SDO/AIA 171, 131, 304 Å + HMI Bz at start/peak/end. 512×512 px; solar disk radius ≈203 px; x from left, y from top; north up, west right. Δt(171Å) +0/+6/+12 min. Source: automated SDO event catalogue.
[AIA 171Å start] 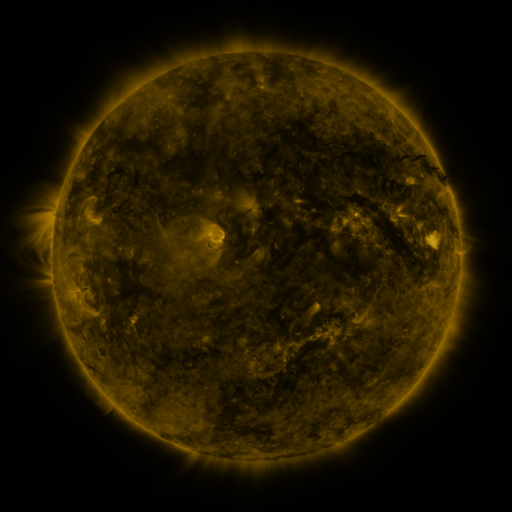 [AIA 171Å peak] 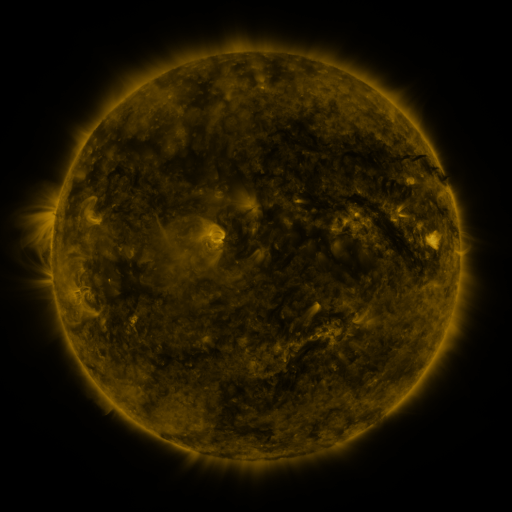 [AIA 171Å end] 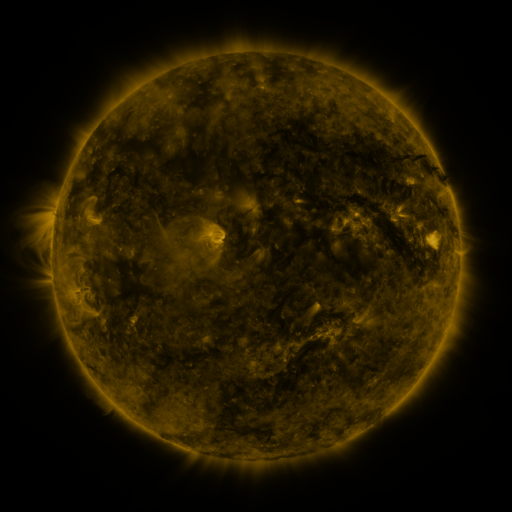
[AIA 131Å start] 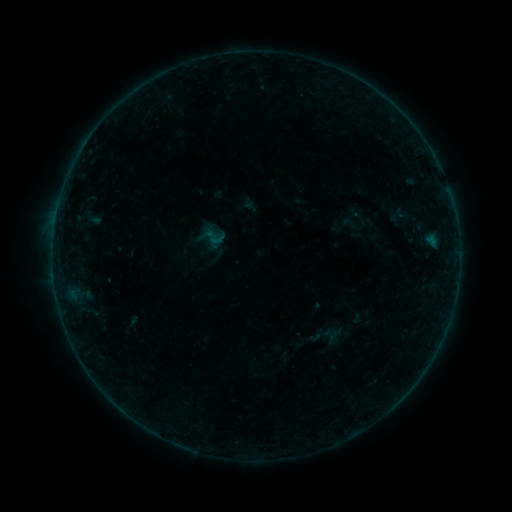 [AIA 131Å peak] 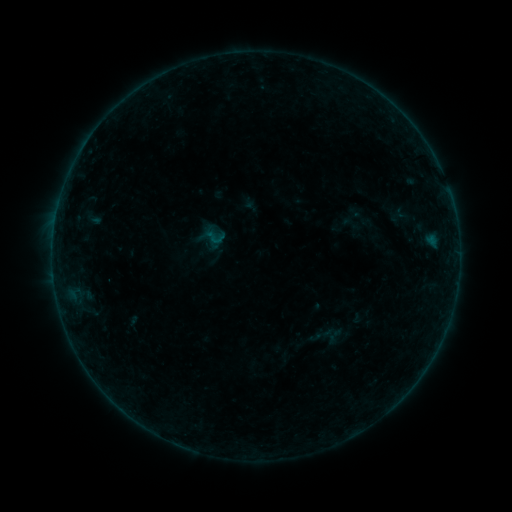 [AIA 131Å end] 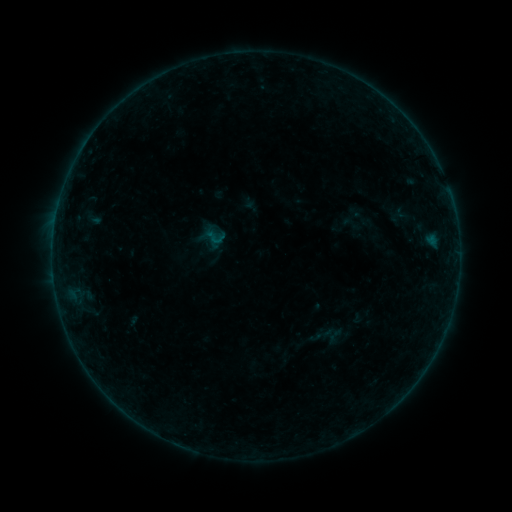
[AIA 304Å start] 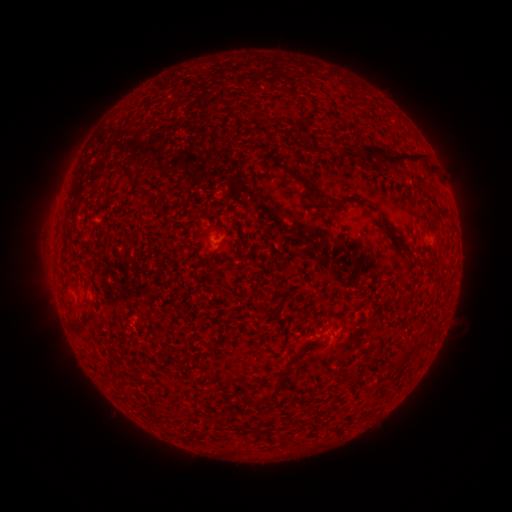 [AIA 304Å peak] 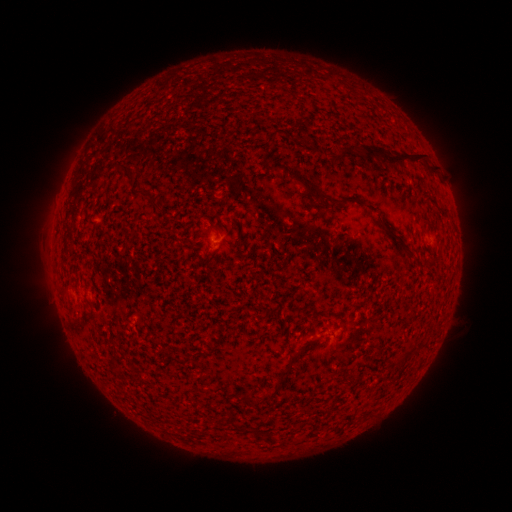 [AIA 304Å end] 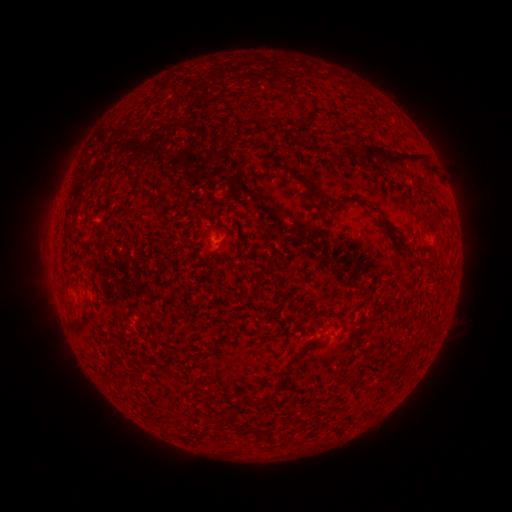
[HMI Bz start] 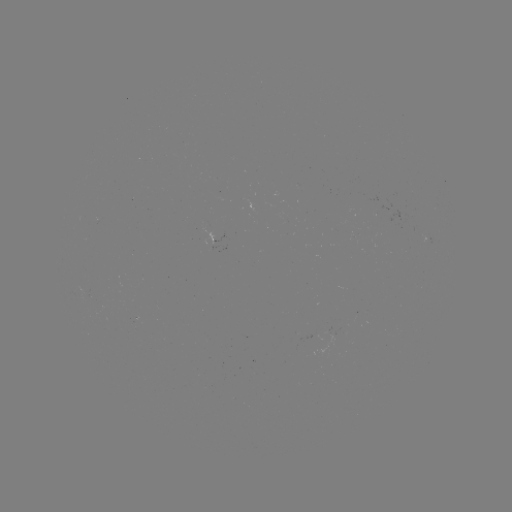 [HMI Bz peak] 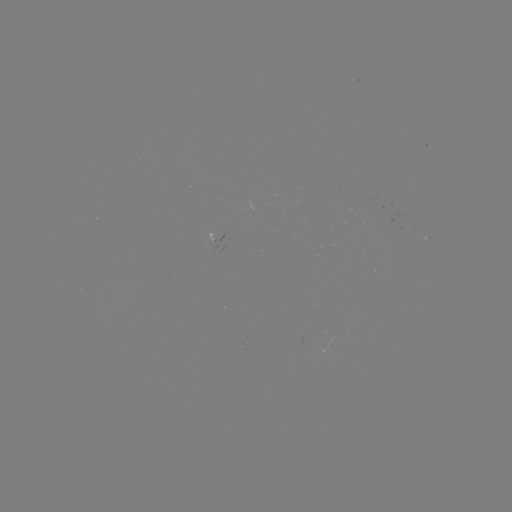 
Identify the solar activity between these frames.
no catalogued flare and no flagged EUV brightening in this window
